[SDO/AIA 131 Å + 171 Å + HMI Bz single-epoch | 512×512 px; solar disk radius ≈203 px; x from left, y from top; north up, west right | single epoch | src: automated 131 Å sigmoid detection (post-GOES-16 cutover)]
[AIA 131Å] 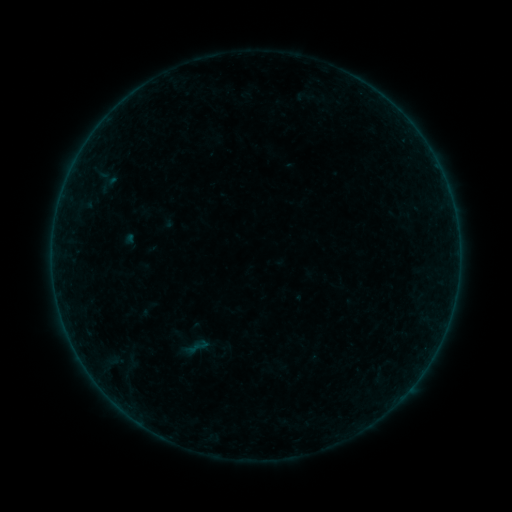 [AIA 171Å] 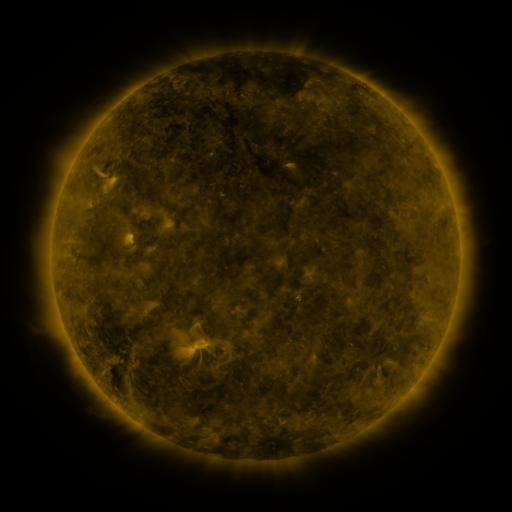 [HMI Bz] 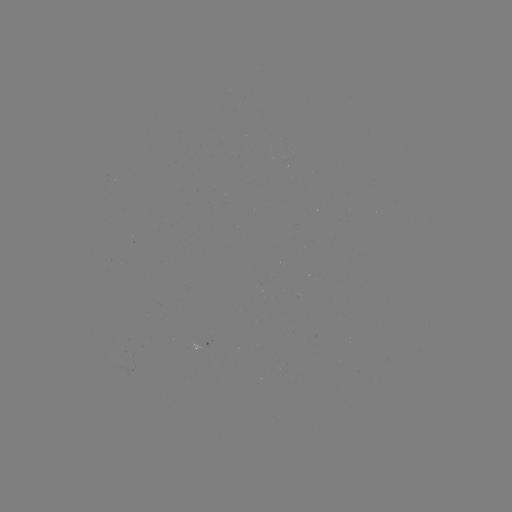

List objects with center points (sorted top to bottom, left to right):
sigmoid: (195, 348)
